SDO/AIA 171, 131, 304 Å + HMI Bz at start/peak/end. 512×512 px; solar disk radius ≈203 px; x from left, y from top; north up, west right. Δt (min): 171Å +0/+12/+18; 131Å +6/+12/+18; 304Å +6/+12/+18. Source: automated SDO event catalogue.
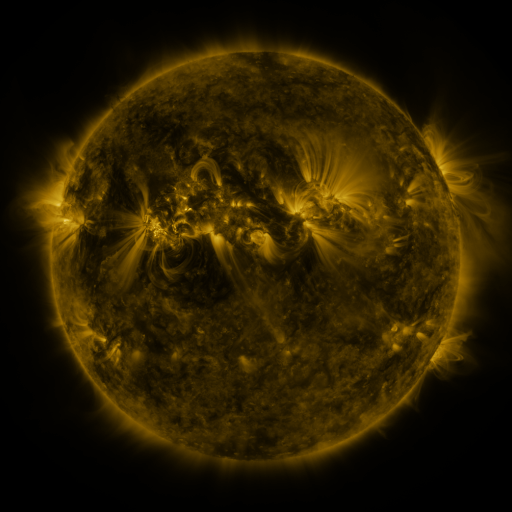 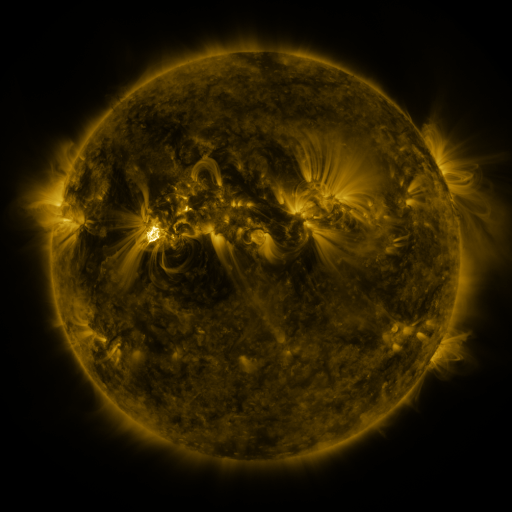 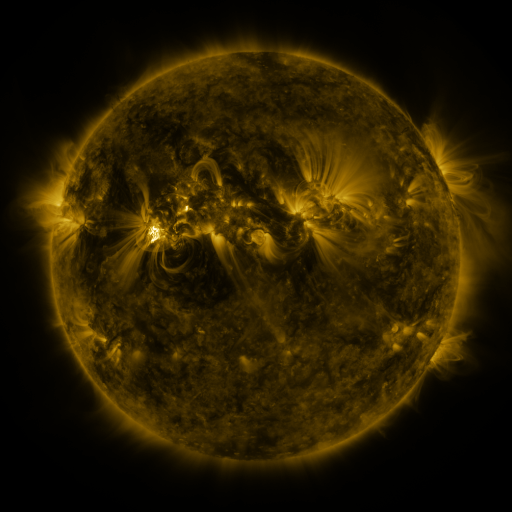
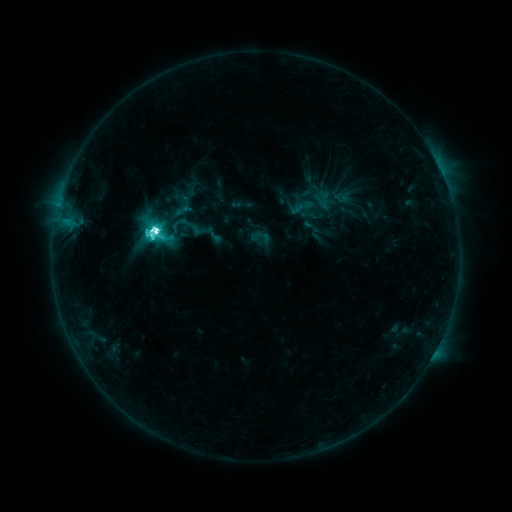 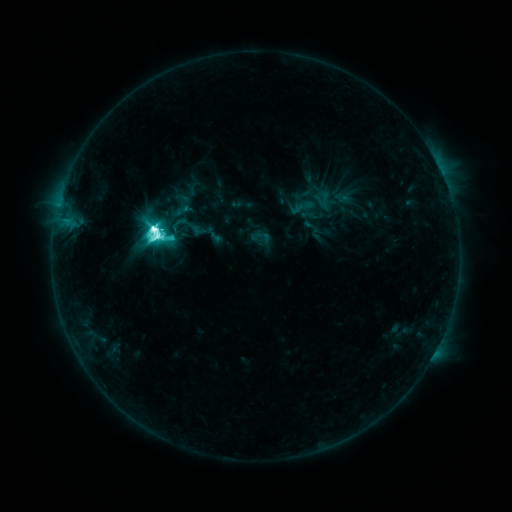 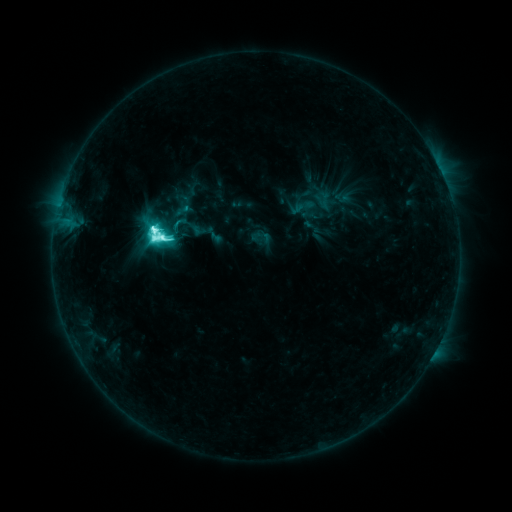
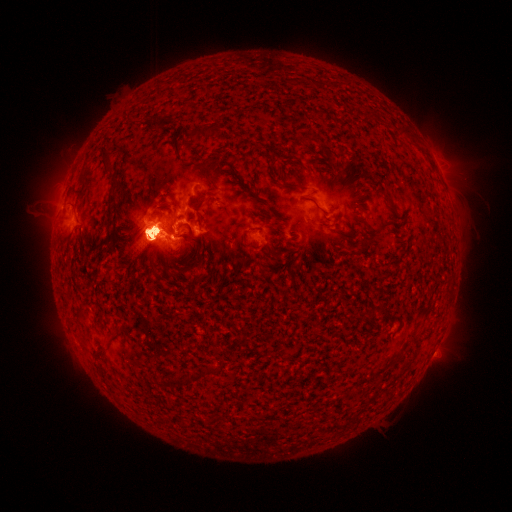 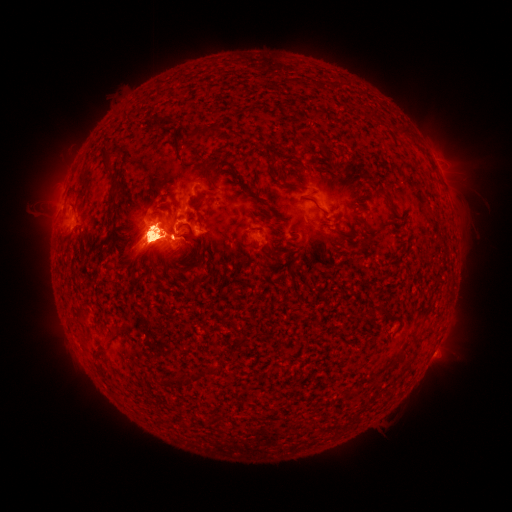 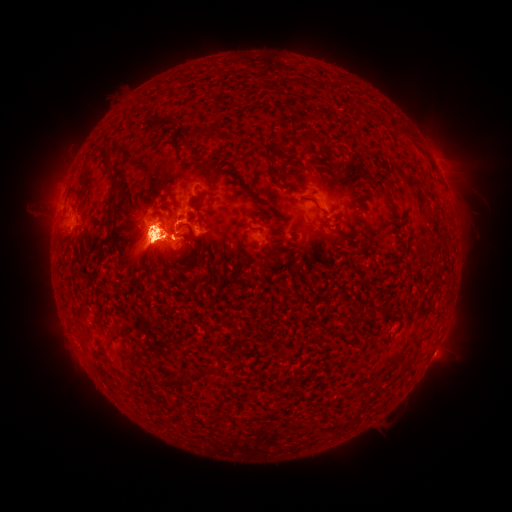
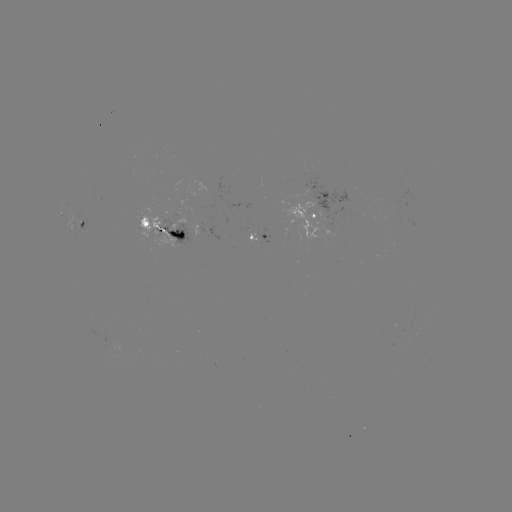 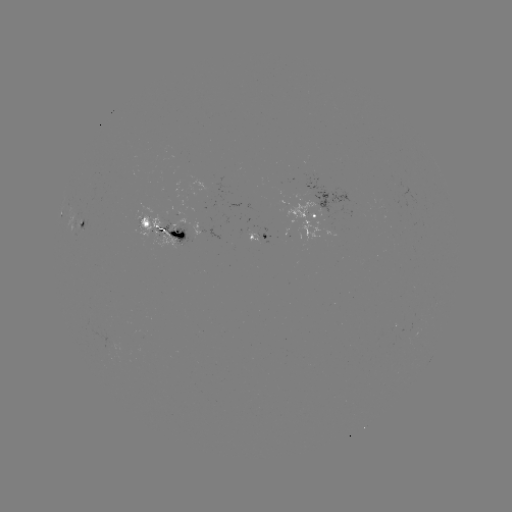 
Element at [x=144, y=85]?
eruption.